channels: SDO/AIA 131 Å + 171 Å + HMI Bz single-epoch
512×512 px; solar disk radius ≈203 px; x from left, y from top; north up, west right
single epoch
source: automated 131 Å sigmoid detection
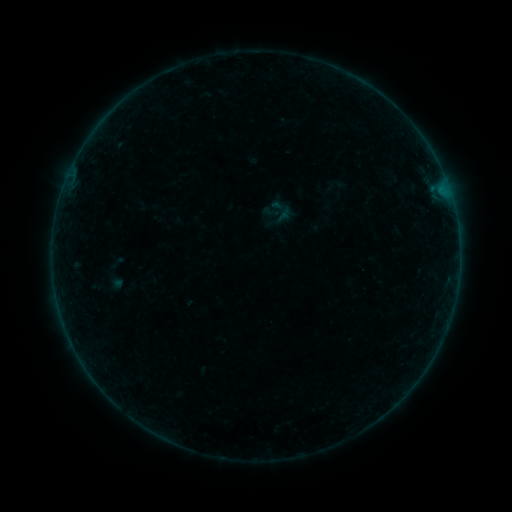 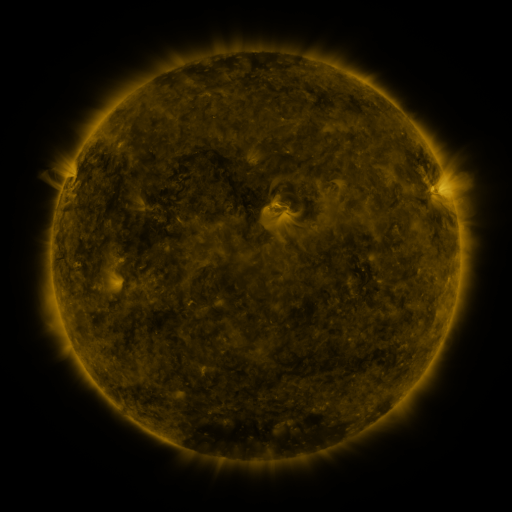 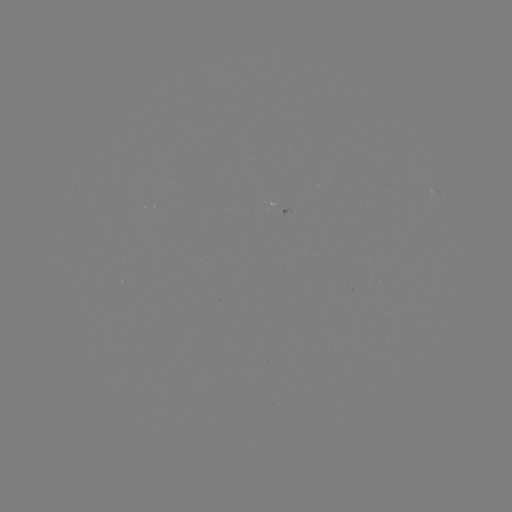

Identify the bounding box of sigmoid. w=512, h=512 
[272, 197, 291, 216].